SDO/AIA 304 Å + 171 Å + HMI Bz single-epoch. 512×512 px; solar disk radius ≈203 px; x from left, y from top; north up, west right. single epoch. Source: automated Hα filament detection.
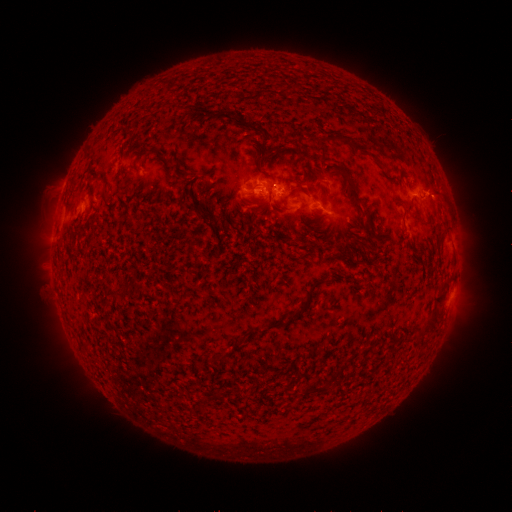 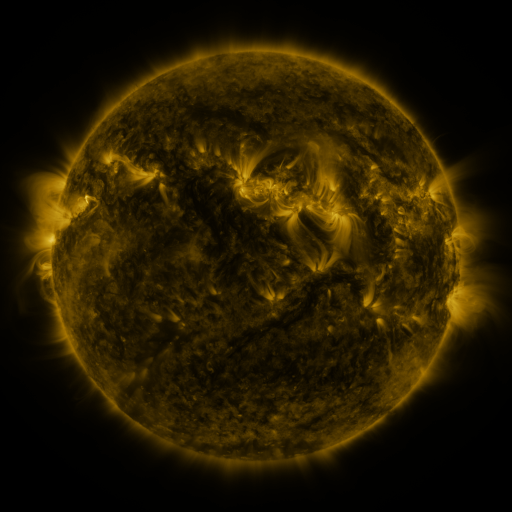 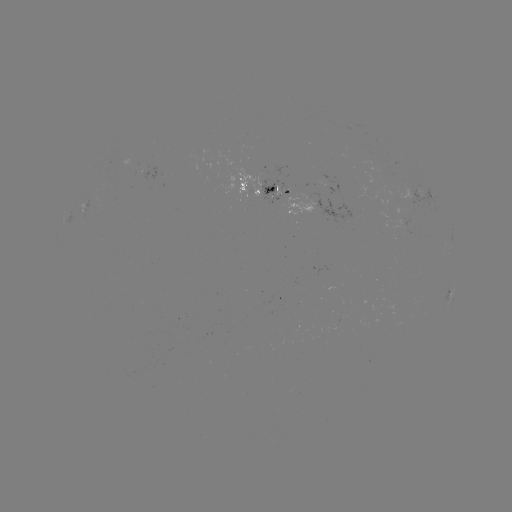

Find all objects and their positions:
filament: [374, 106, 383, 118]
filament: [125, 127, 137, 136]
filament: [323, 134, 351, 145]
filament: [352, 141, 371, 152]
filament: [254, 146, 261, 158]
filament: [175, 169, 187, 178]
filament: [348, 184, 363, 211]
filament: [100, 189, 109, 198]
filament: [397, 198, 411, 208]
filament: [362, 212, 372, 224]
filament: [310, 278, 326, 289]
filament: [106, 288, 119, 297]
filament: [432, 291, 445, 304]
filament: [264, 294, 312, 331]
filament: [214, 351, 224, 360]
filament: [305, 380, 331, 394]
filament: [198, 397, 207, 414]
